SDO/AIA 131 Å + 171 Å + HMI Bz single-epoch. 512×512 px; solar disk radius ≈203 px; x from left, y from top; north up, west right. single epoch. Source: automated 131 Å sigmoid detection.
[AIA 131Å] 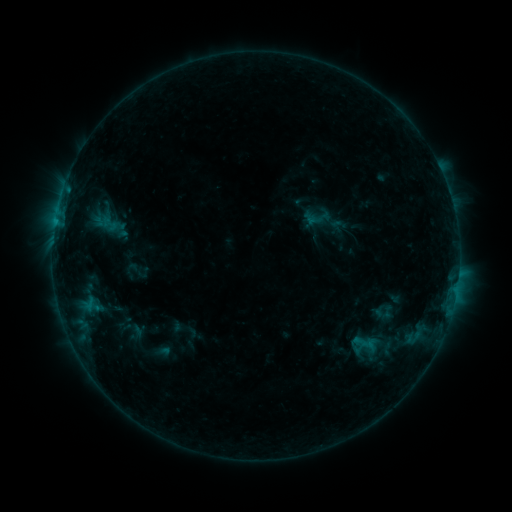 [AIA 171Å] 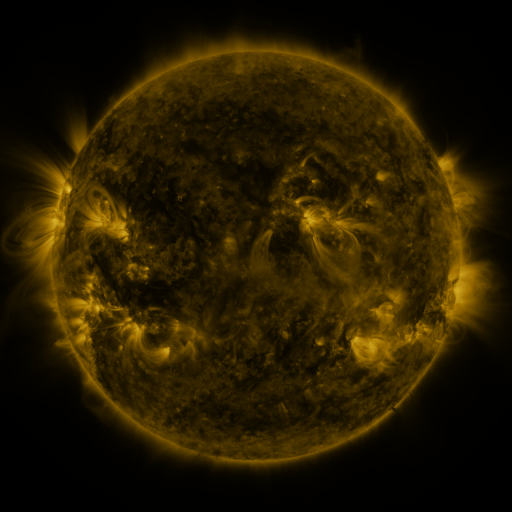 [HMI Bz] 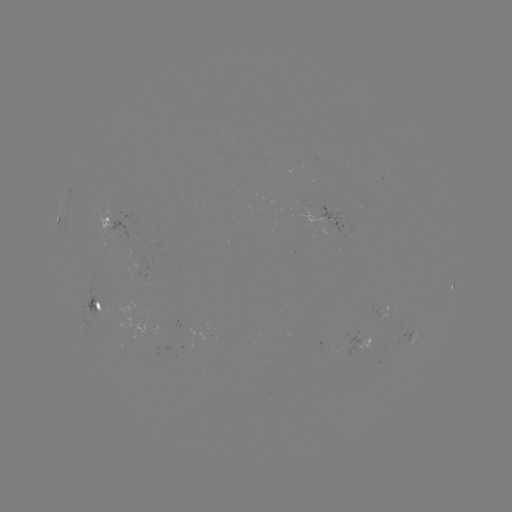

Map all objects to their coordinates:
sigmoid: (318, 217)
sigmoid: (108, 222)
